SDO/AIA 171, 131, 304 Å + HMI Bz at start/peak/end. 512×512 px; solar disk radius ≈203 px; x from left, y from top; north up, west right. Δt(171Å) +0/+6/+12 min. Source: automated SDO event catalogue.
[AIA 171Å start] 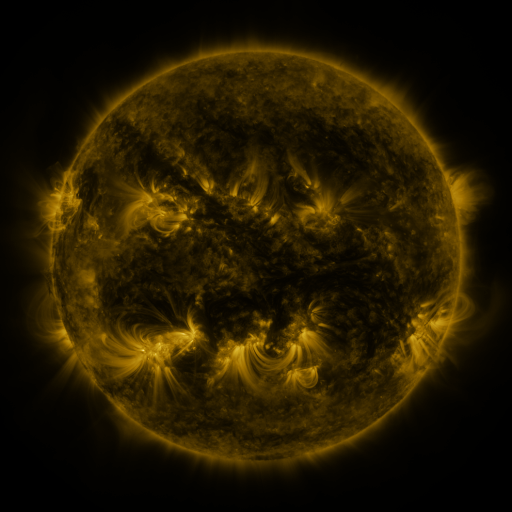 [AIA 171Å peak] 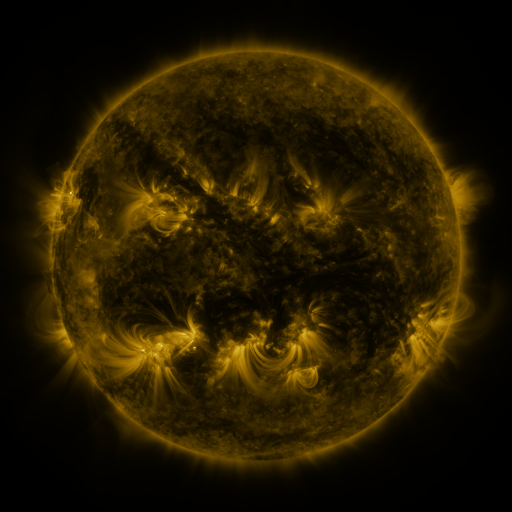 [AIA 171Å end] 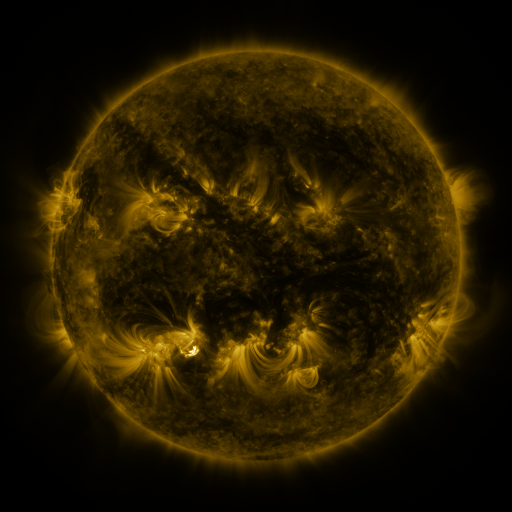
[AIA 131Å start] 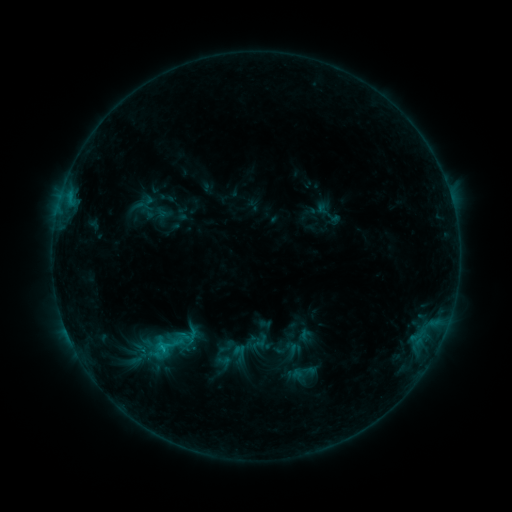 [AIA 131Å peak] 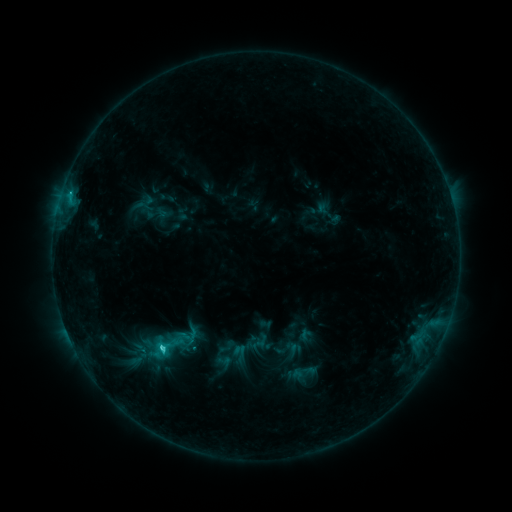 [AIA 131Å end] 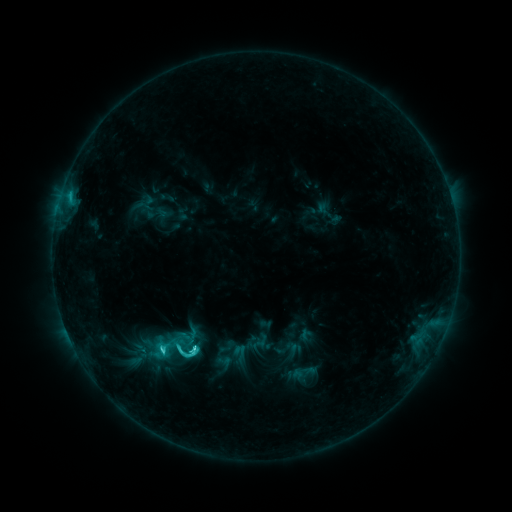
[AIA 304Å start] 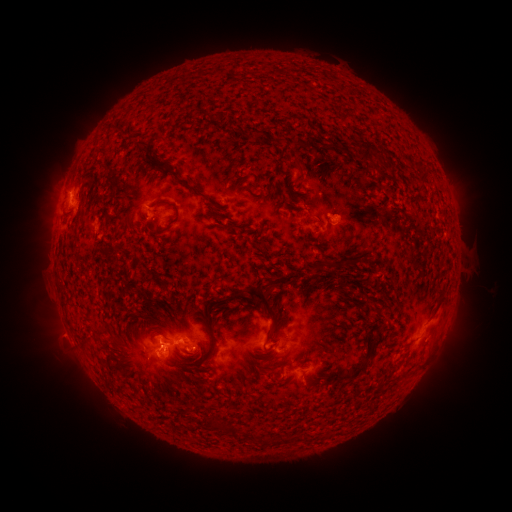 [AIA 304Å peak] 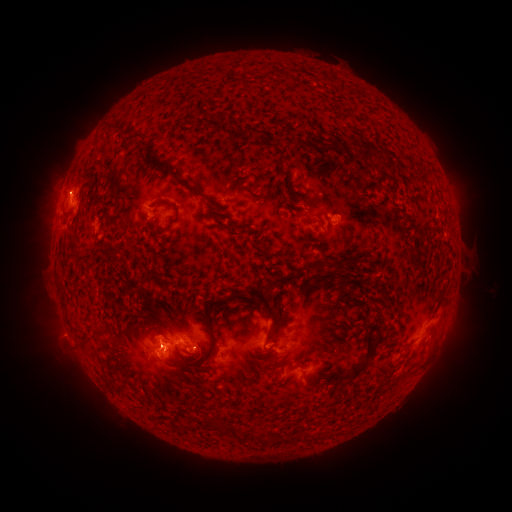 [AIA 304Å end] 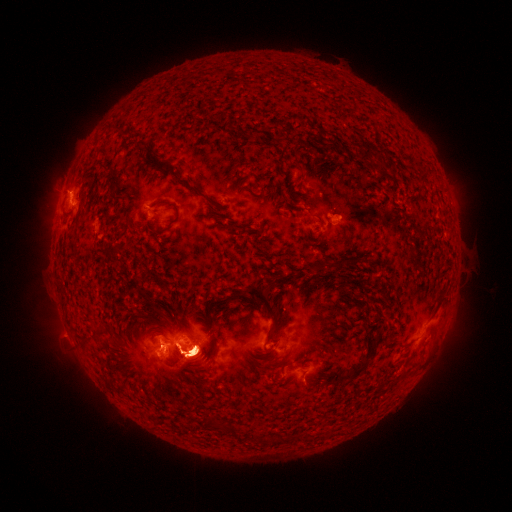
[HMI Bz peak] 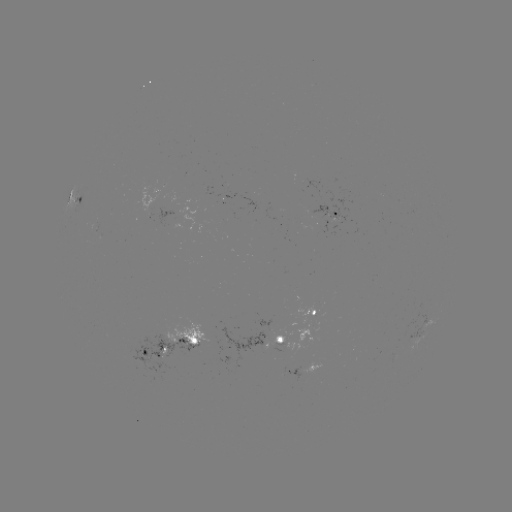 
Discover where C8.8 flare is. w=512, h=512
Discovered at [164, 348].